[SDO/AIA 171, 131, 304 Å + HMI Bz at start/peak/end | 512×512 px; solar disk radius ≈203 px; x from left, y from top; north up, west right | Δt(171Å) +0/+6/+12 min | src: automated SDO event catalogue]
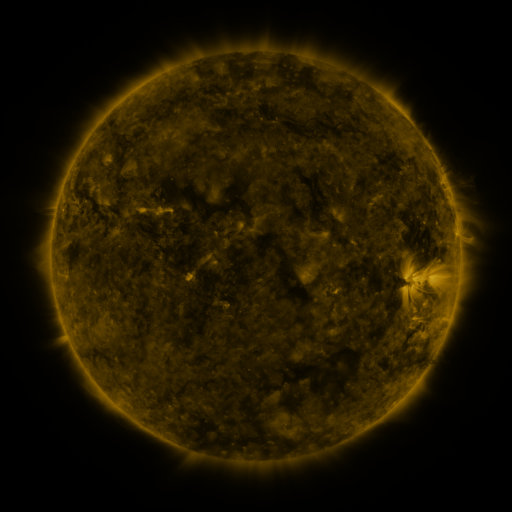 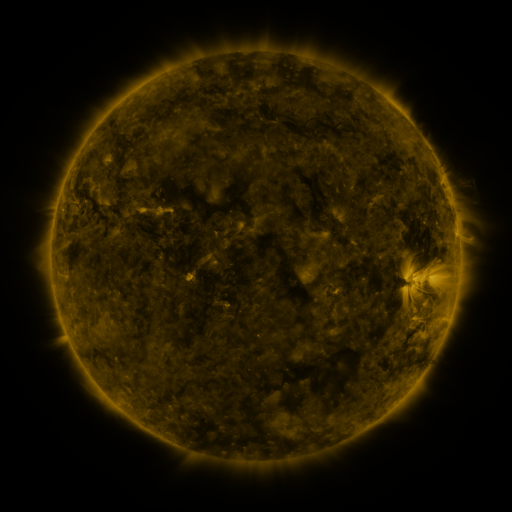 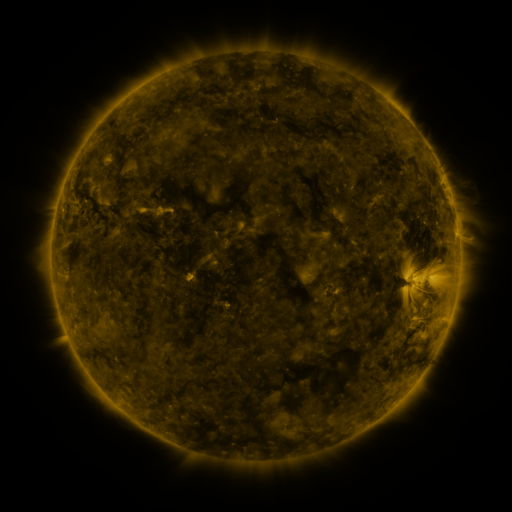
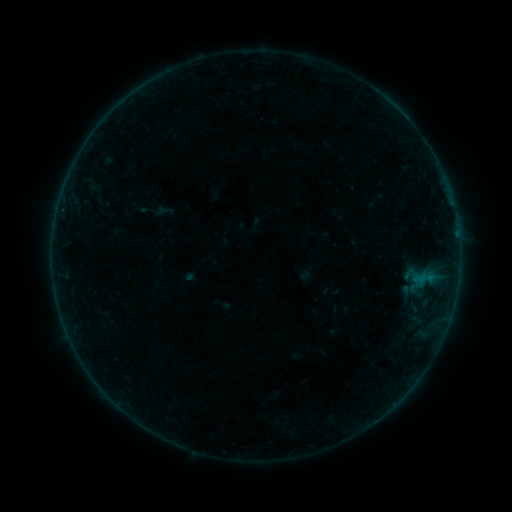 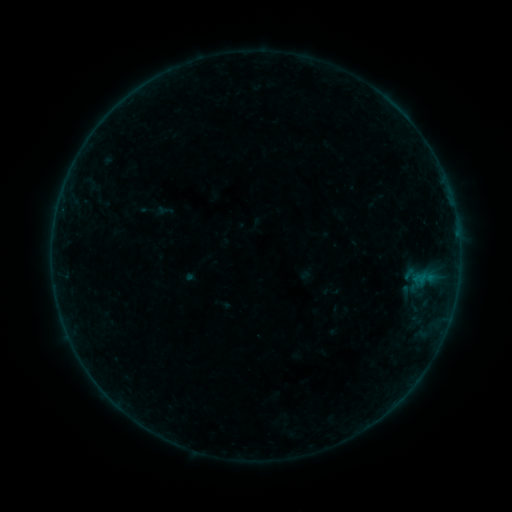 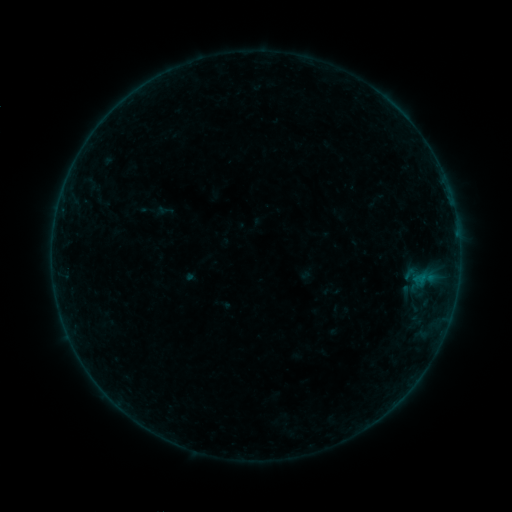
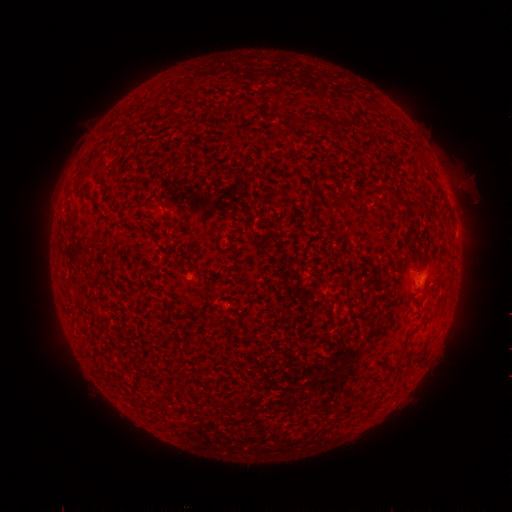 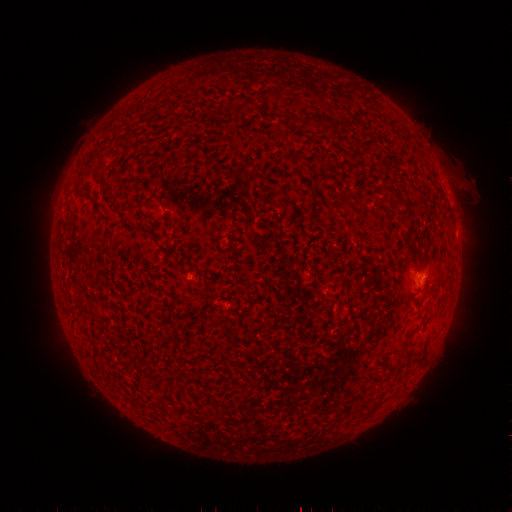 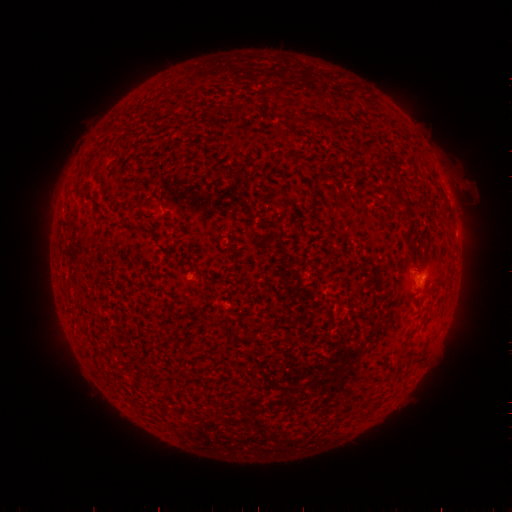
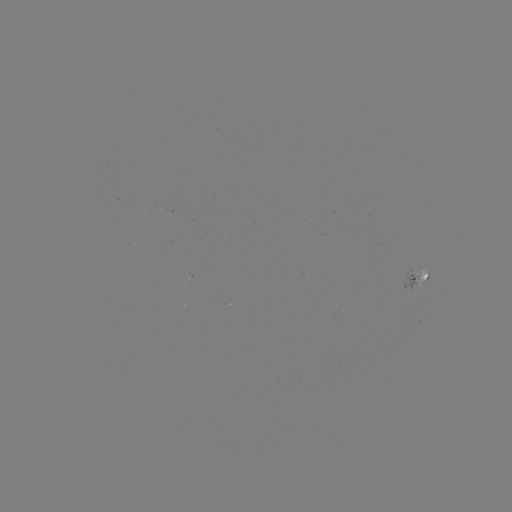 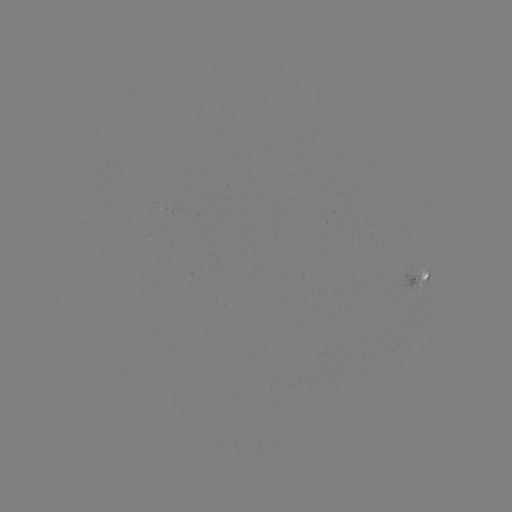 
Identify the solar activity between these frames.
B1.6 flare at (422, 273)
